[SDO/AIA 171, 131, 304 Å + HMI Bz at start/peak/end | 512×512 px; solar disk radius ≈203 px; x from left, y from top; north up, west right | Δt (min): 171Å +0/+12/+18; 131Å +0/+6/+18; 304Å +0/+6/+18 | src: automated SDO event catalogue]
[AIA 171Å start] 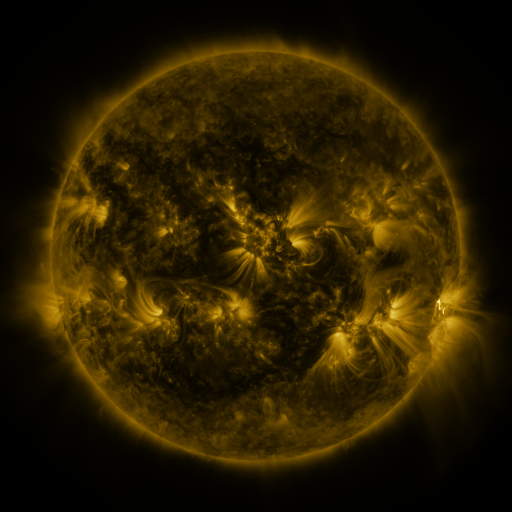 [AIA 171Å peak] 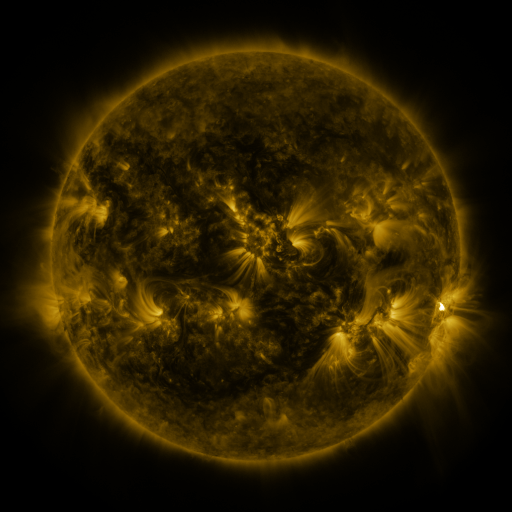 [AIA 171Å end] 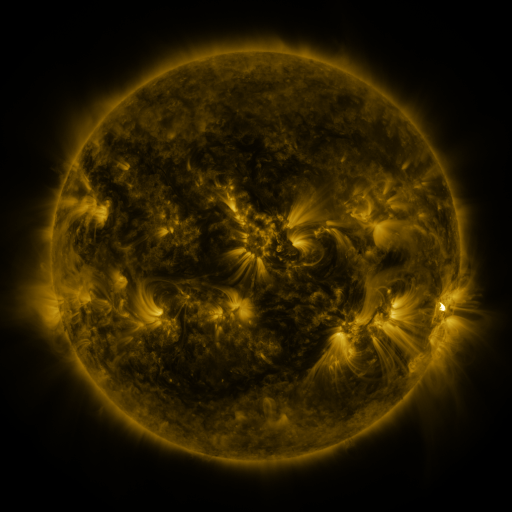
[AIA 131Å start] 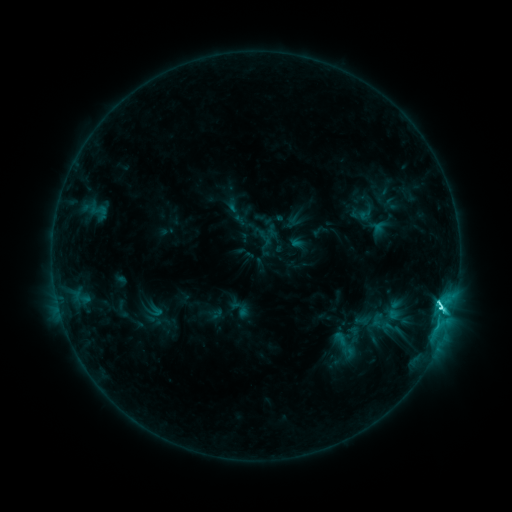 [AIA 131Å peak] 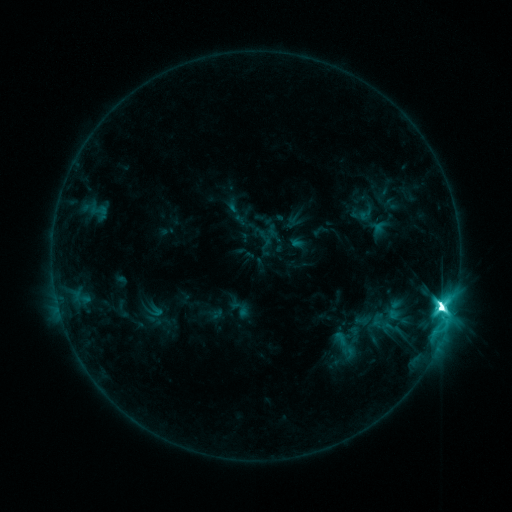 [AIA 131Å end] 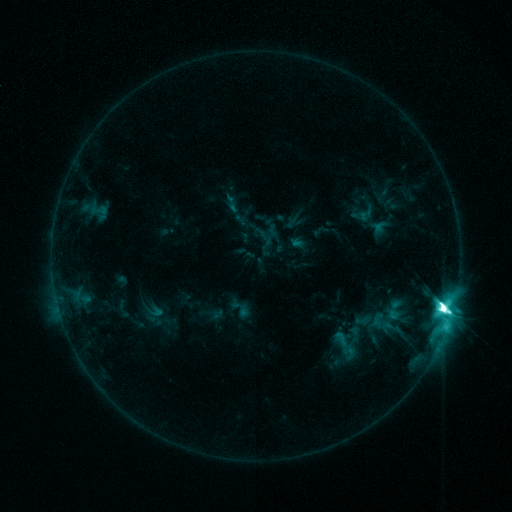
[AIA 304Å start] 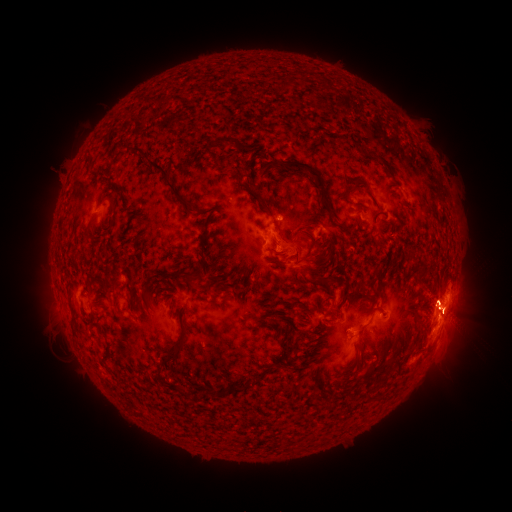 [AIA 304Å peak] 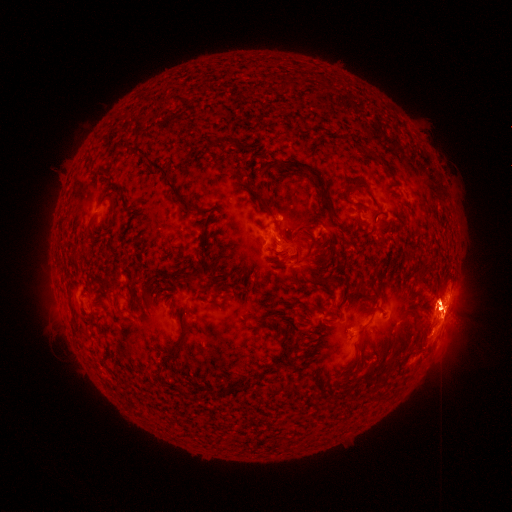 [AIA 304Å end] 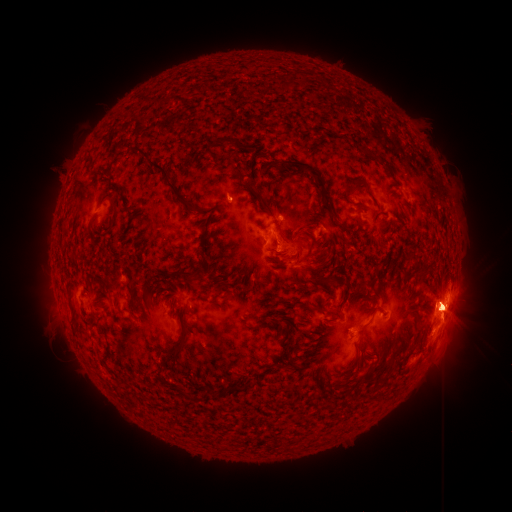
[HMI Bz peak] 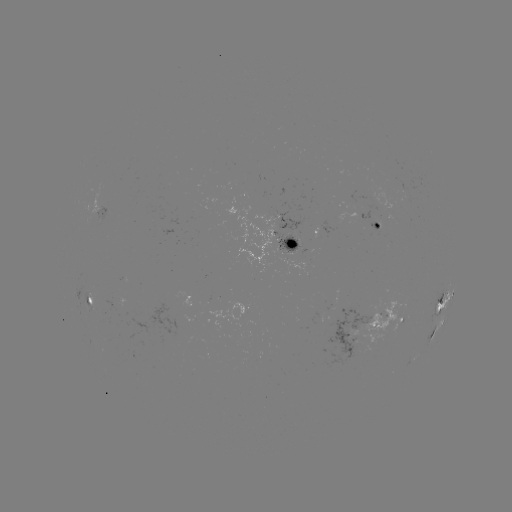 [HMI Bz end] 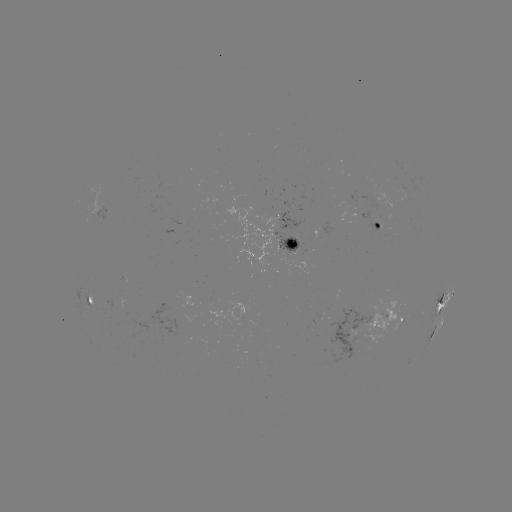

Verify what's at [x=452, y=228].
eruption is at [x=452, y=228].